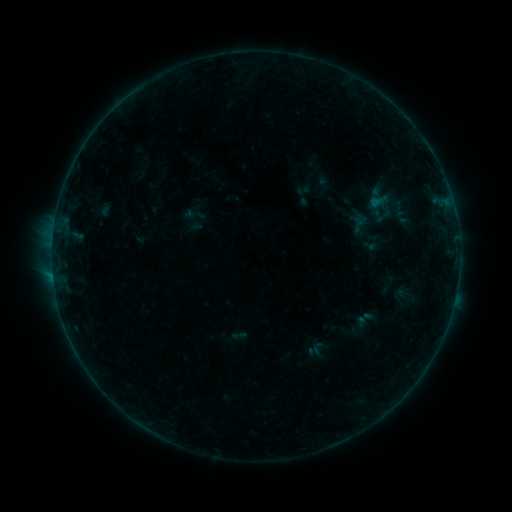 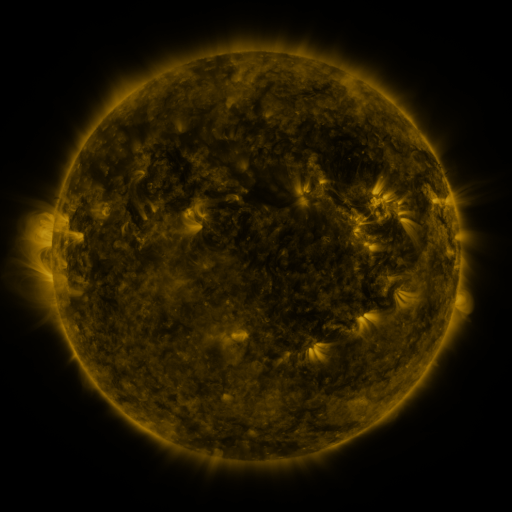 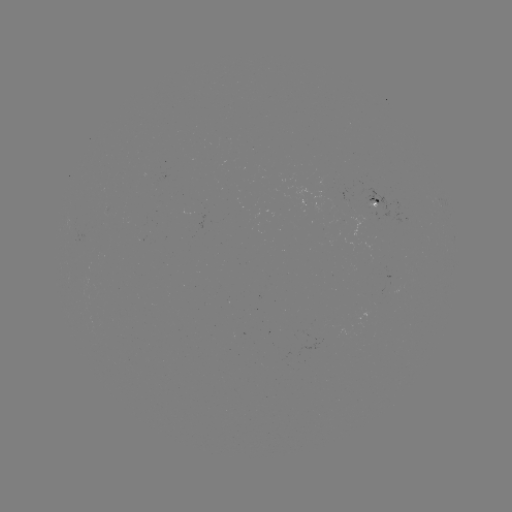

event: sigmoid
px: (399, 208)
